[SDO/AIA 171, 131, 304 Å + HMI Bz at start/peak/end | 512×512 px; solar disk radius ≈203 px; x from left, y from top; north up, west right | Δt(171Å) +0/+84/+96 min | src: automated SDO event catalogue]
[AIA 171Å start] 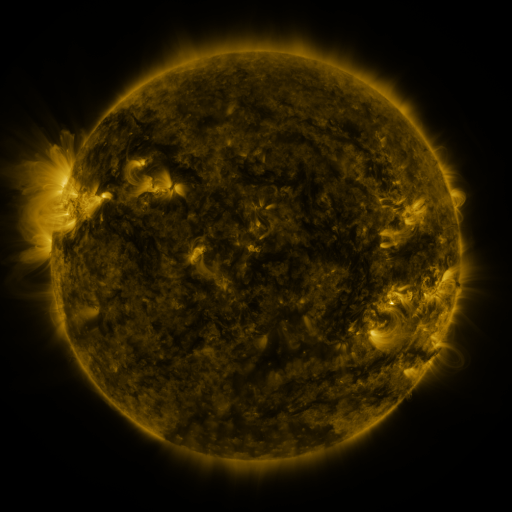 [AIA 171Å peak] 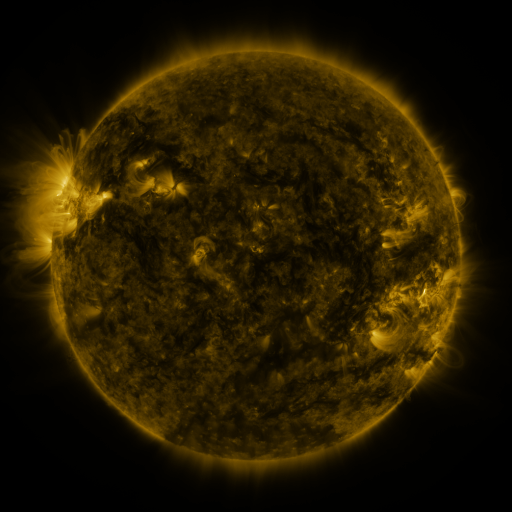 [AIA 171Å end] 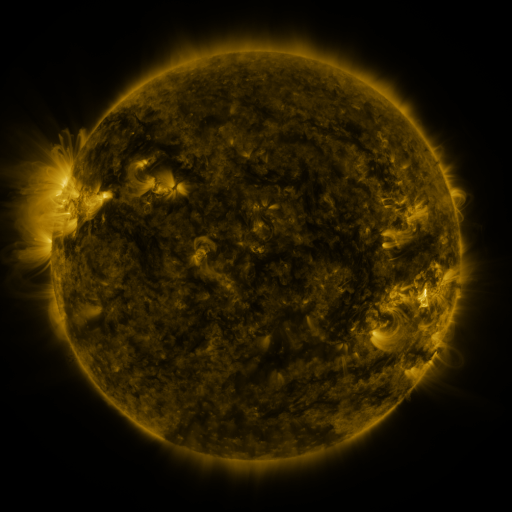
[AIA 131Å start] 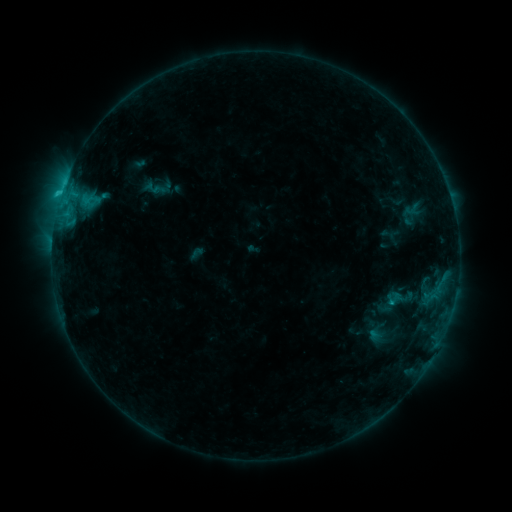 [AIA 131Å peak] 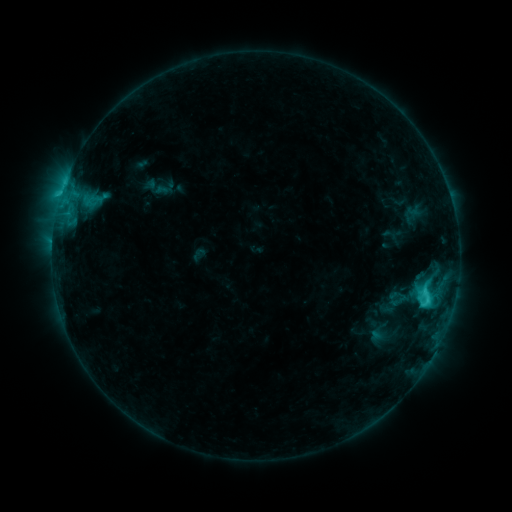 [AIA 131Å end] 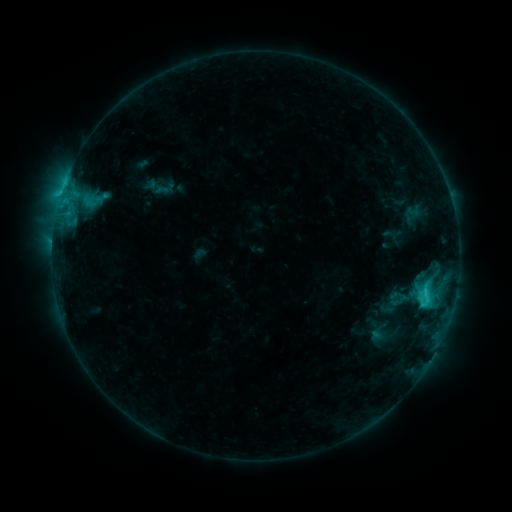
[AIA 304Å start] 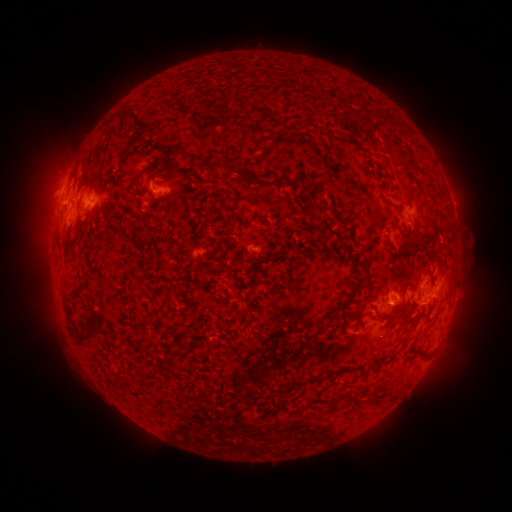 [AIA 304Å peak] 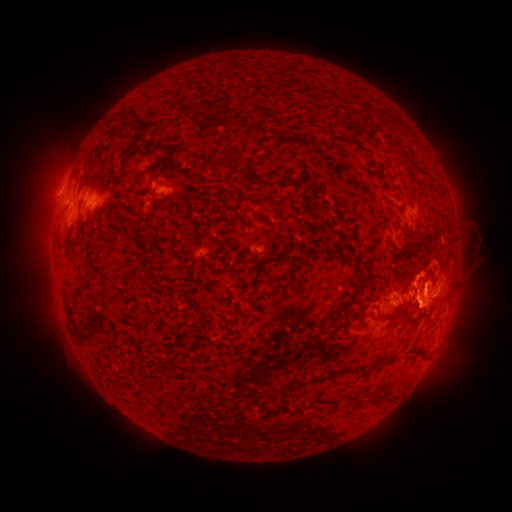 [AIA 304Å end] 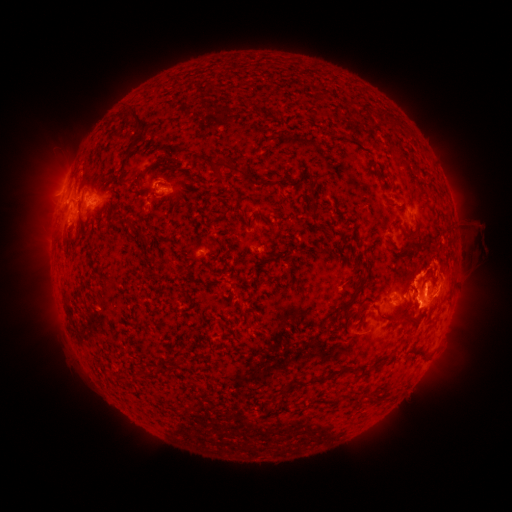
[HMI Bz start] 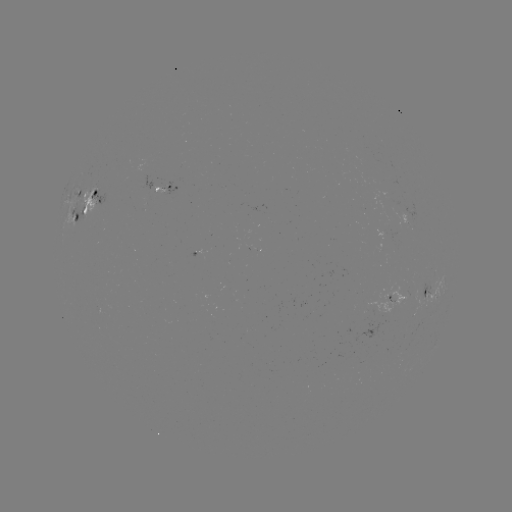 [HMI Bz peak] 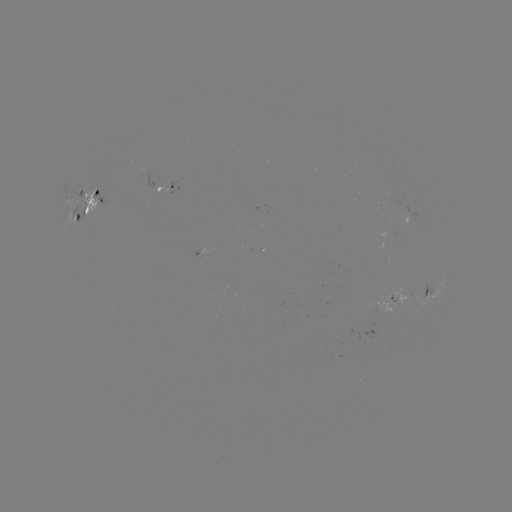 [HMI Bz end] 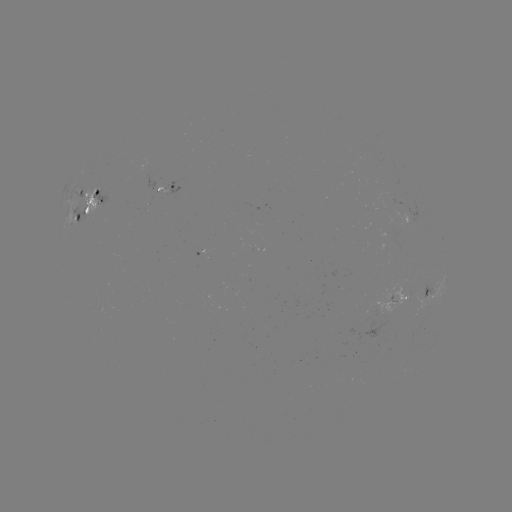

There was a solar emerging-flux region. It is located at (202, 251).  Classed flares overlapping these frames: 1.